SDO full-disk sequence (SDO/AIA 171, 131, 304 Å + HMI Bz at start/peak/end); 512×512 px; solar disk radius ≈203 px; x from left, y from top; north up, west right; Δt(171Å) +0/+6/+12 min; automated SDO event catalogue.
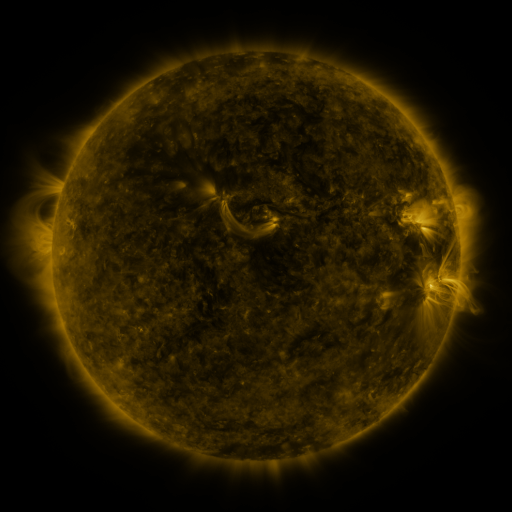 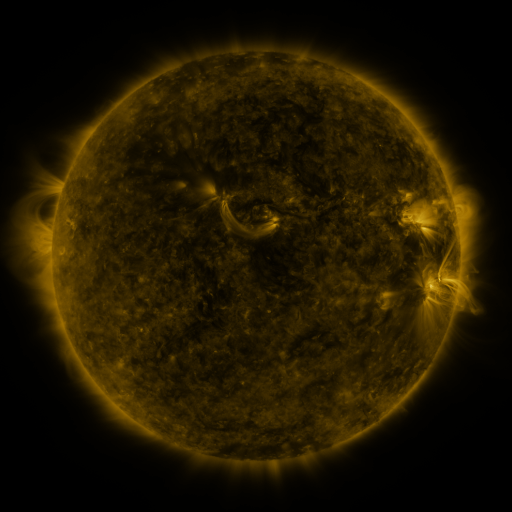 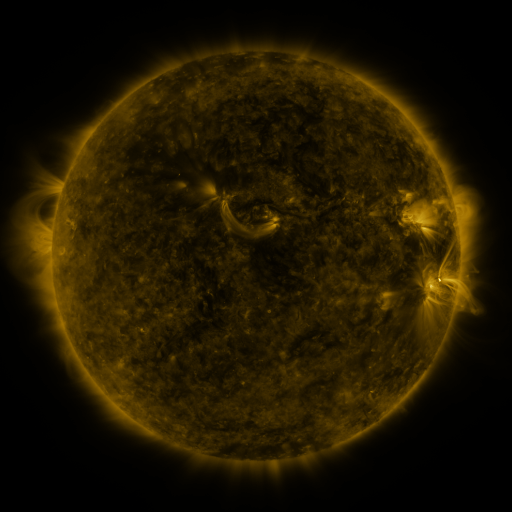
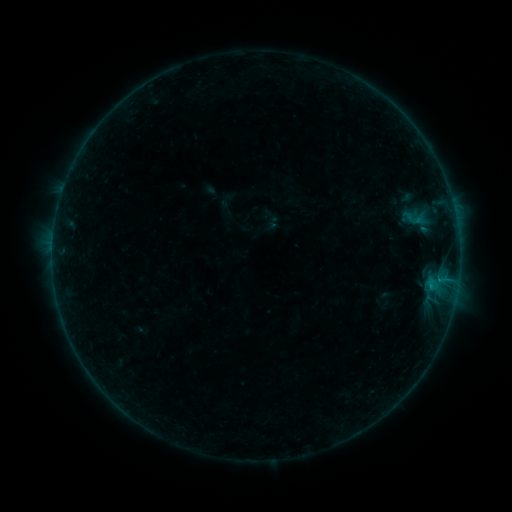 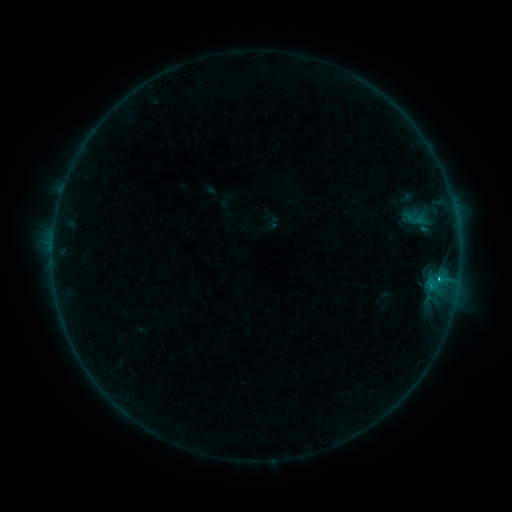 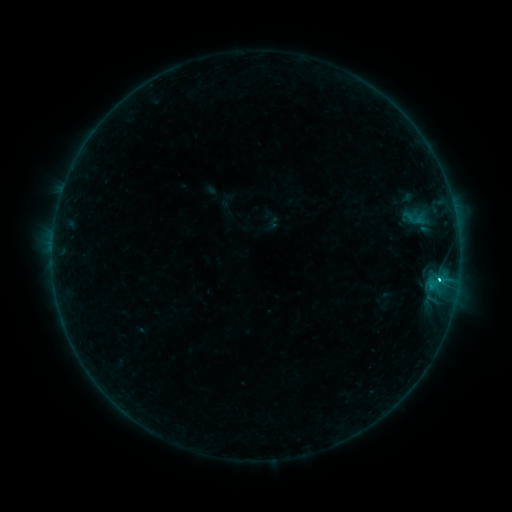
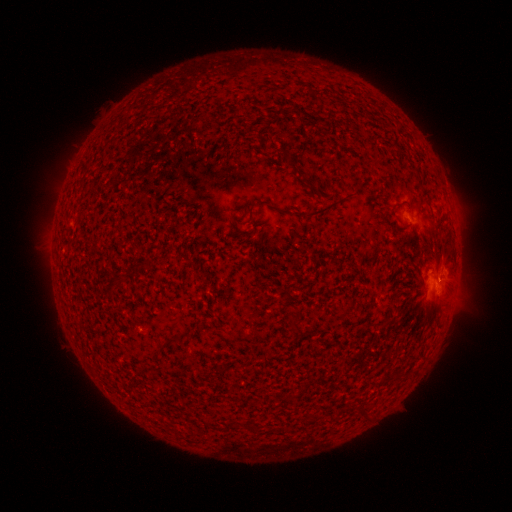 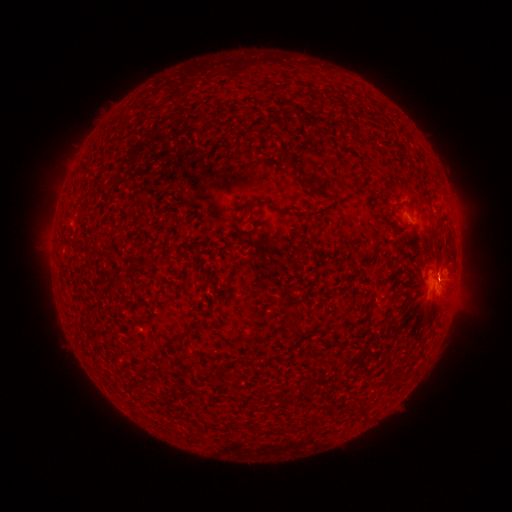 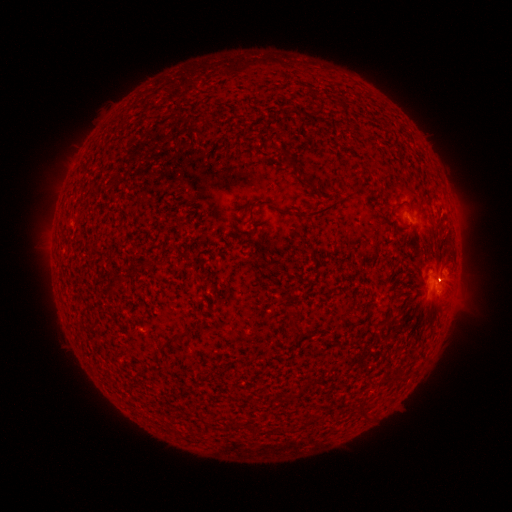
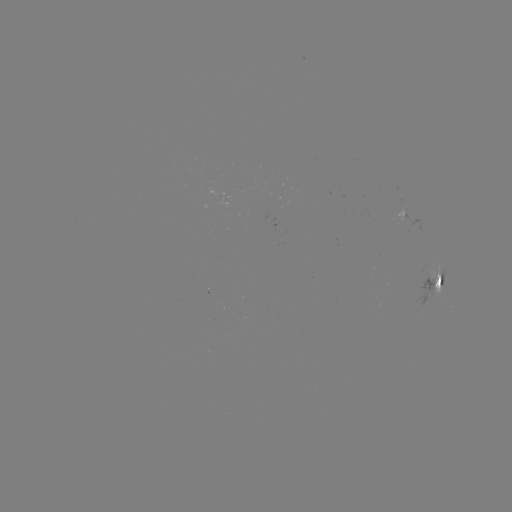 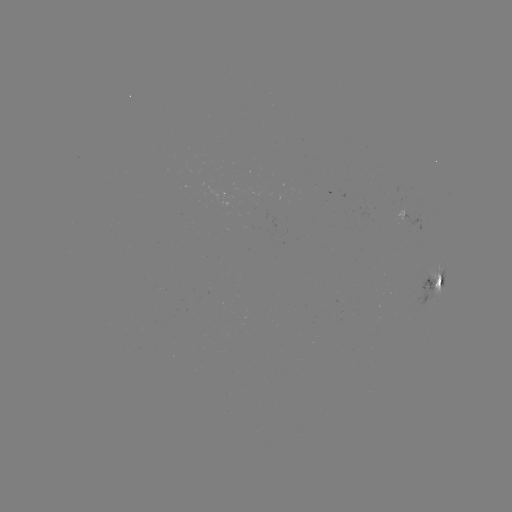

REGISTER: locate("B6.1 flare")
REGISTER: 438,277